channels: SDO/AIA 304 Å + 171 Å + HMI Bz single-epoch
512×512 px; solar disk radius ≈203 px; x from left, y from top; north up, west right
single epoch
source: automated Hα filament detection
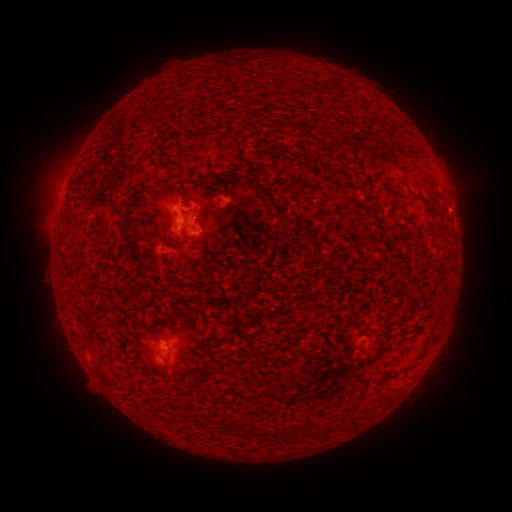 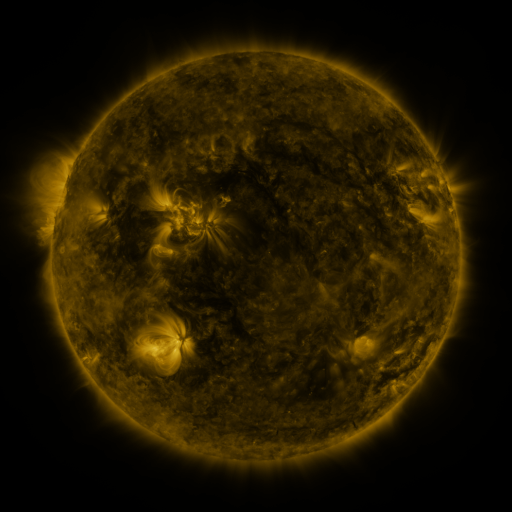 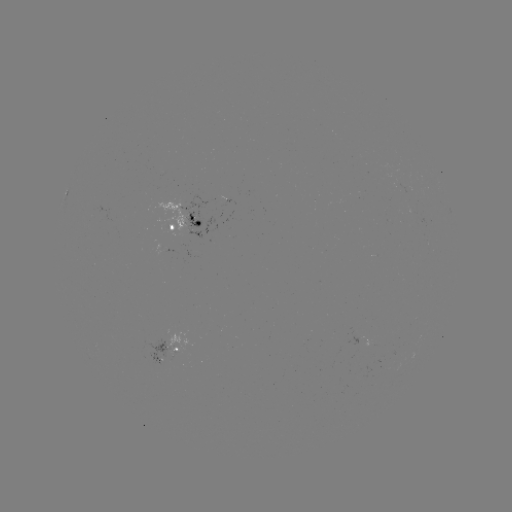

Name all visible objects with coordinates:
filament: (208, 180)
filament: (133, 197)
filament: (394, 206)
filament: (125, 227)
filament: (302, 229)
filament: (351, 424)
